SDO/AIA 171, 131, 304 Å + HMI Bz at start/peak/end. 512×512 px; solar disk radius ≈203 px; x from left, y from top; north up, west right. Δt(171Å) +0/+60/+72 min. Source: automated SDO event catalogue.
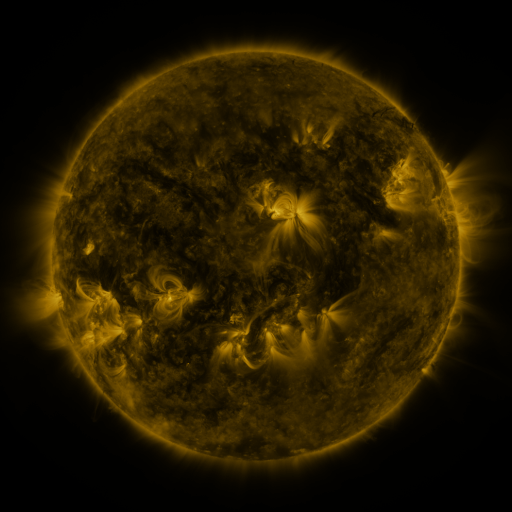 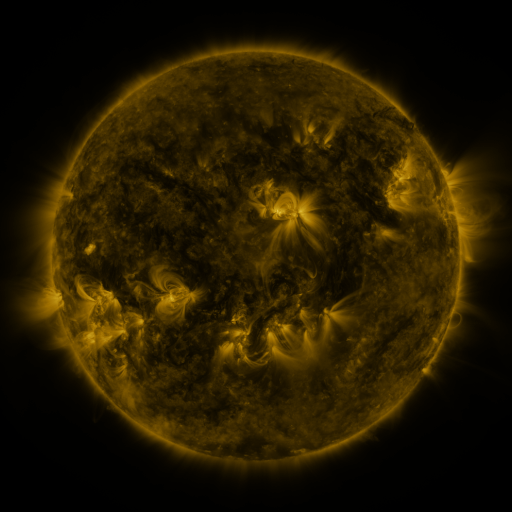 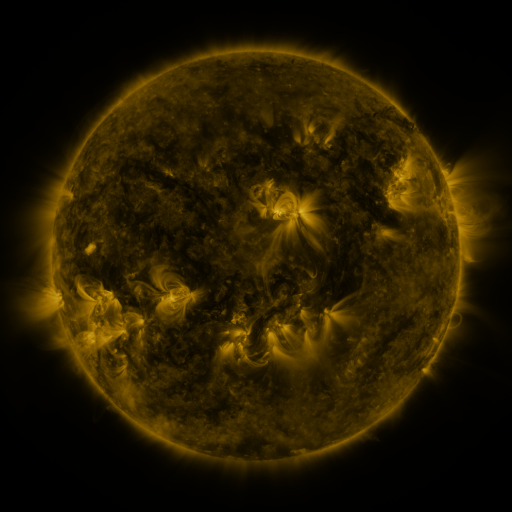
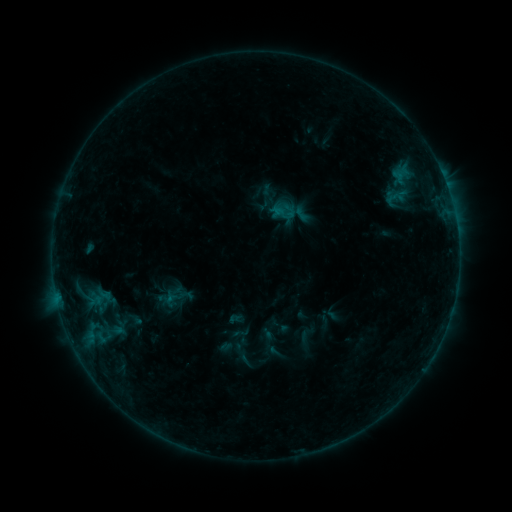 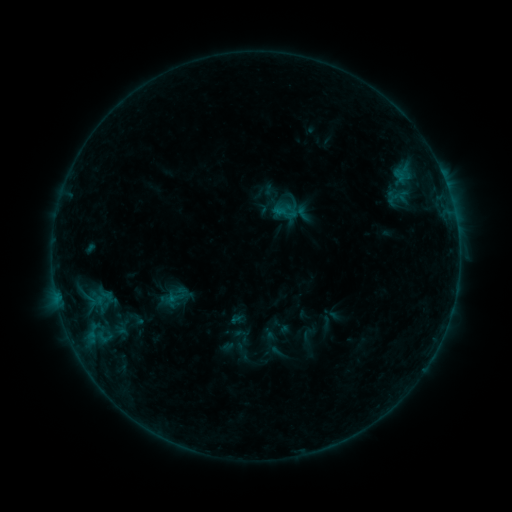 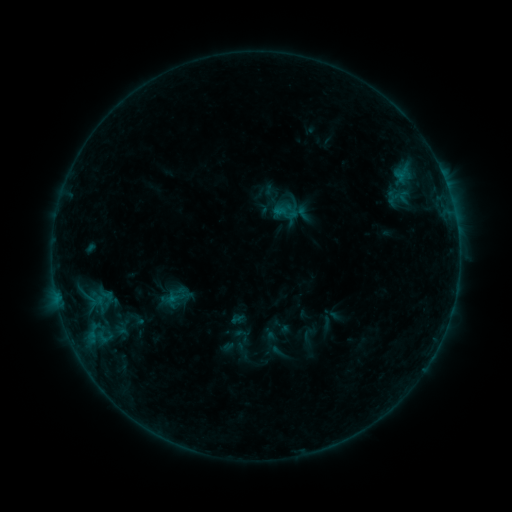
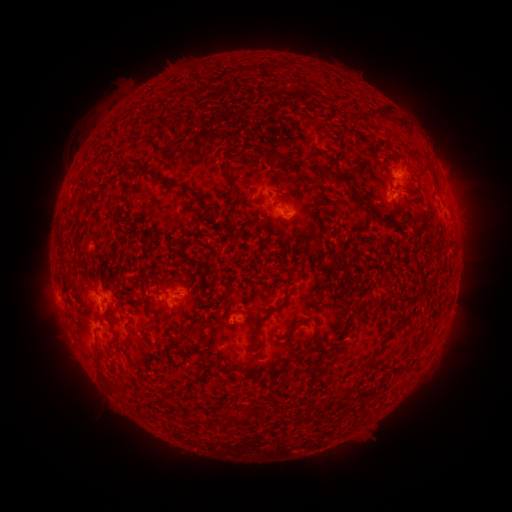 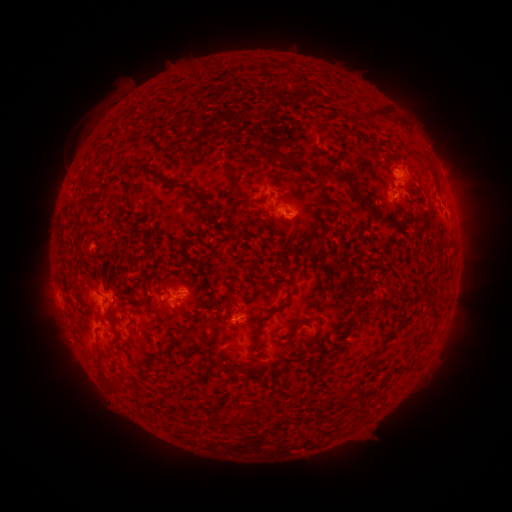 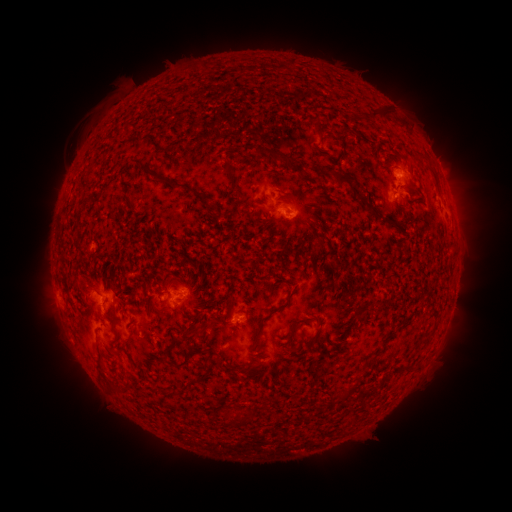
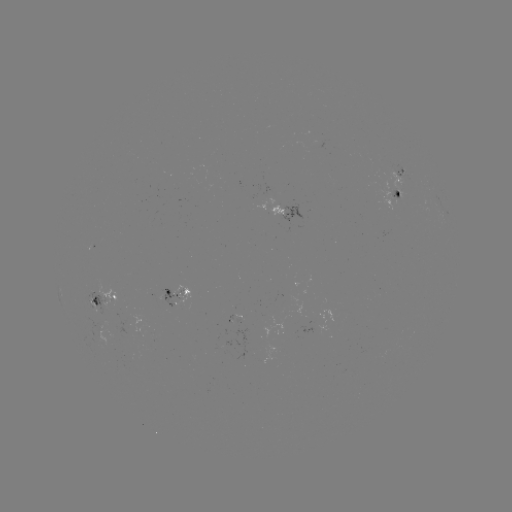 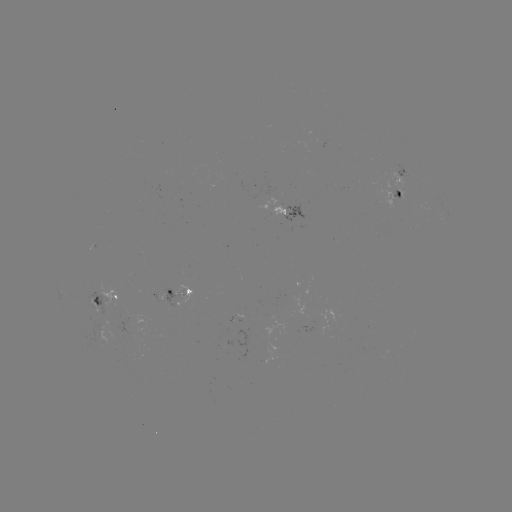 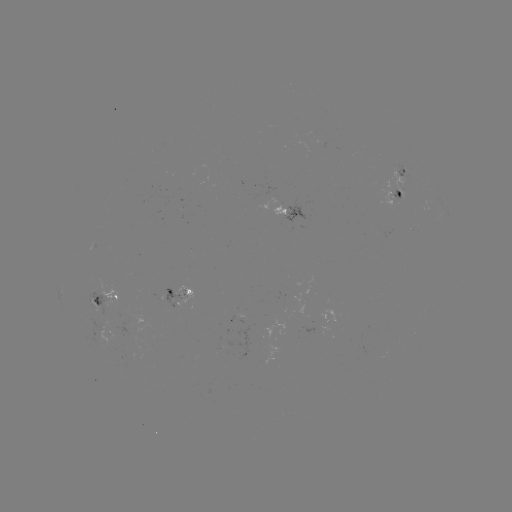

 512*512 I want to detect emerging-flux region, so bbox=[127, 274, 138, 276].